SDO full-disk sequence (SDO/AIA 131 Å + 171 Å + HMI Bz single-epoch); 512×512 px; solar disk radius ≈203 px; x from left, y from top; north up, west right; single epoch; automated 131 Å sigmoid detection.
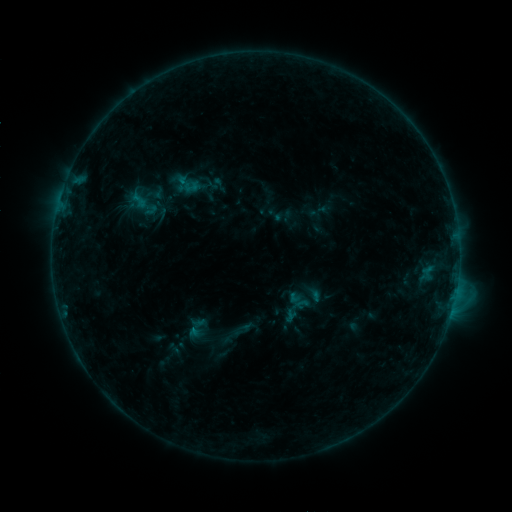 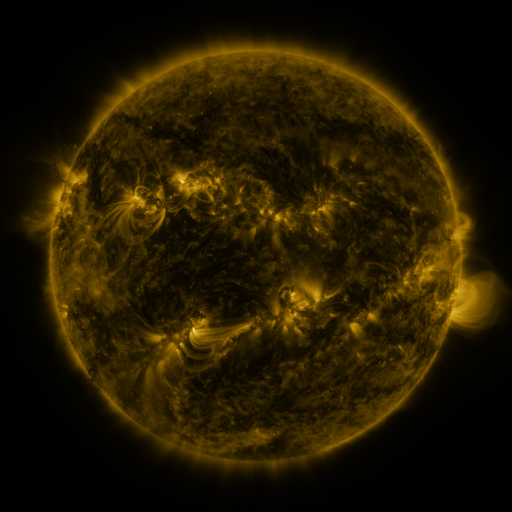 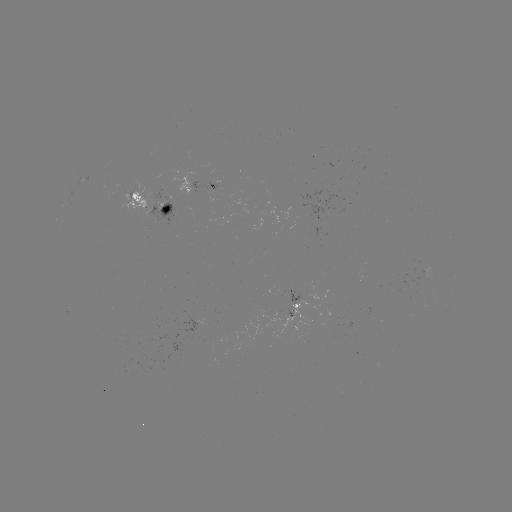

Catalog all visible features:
sigmoid: (220, 325, 244, 346)
